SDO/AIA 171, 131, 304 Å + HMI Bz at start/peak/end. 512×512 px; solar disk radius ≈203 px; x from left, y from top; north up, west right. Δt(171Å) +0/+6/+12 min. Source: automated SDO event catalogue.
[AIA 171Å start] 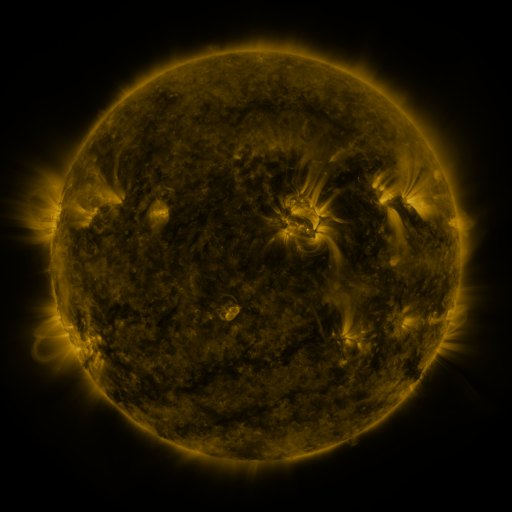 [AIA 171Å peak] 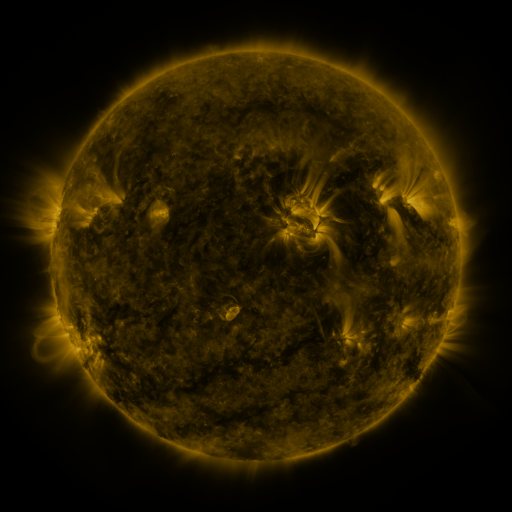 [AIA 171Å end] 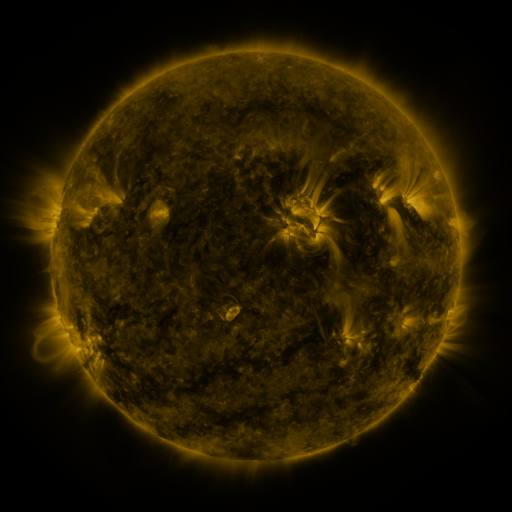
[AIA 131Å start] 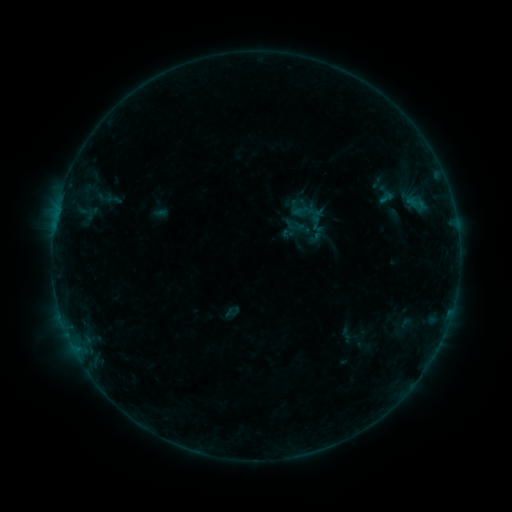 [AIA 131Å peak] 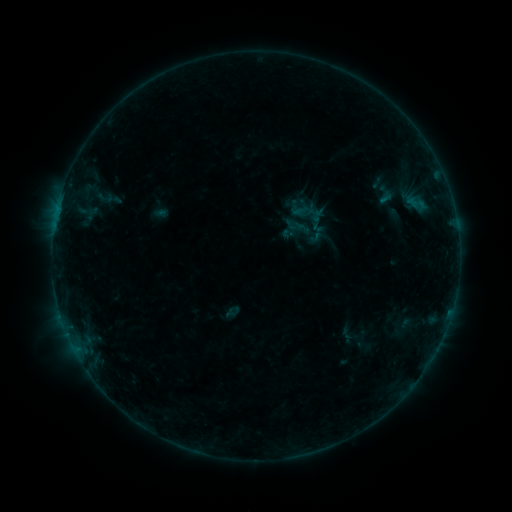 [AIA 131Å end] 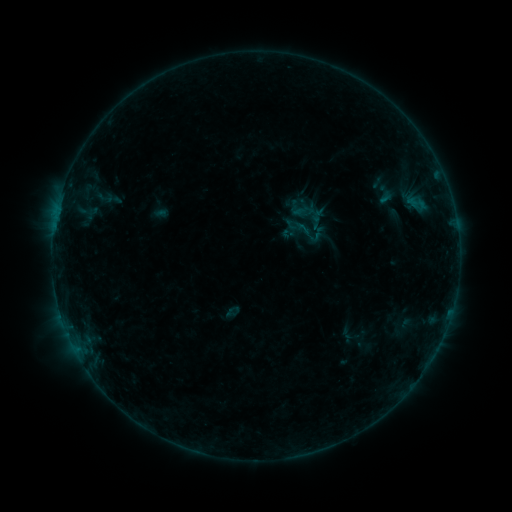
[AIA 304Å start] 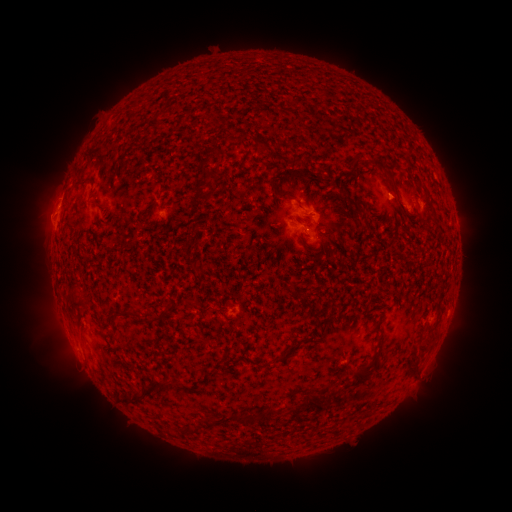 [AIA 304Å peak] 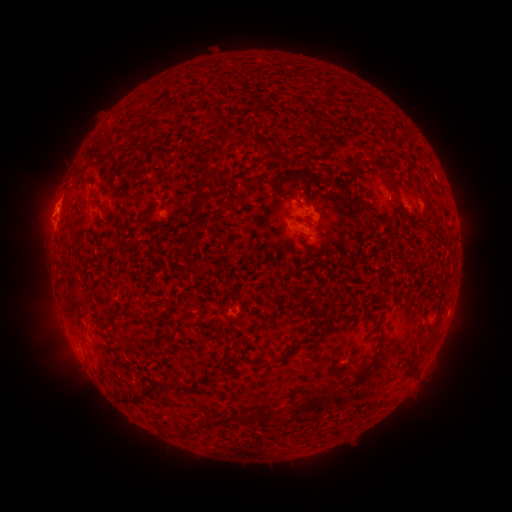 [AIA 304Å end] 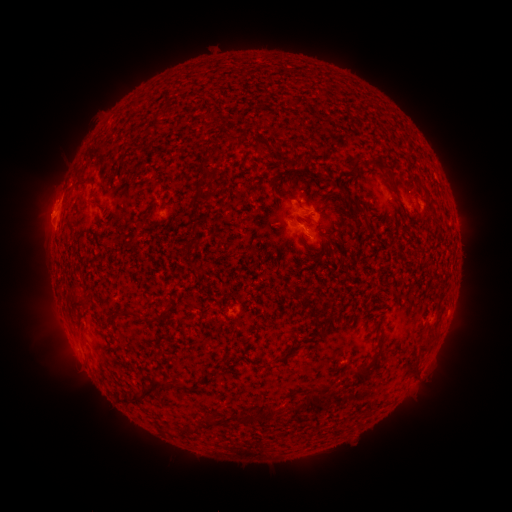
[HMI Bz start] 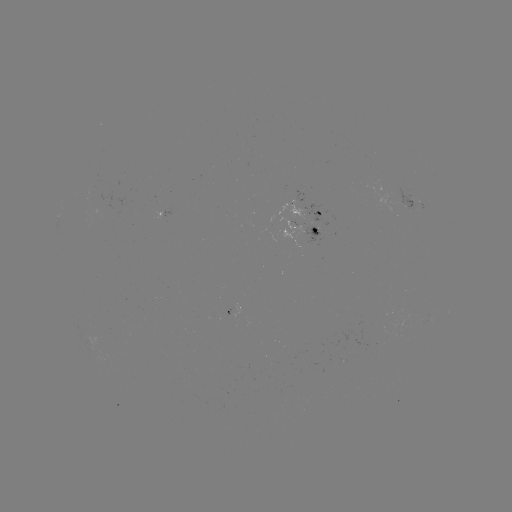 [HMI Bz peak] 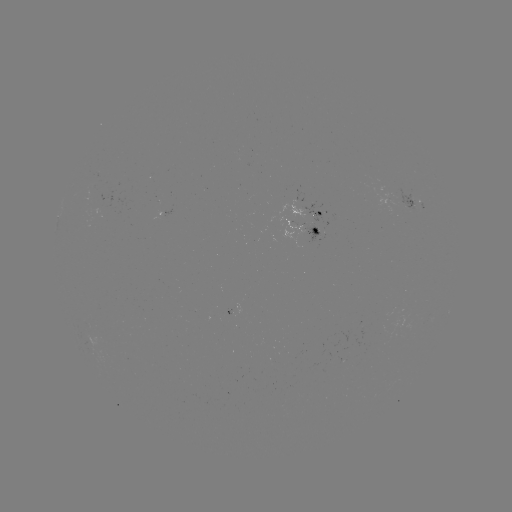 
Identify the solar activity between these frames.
eruption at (47, 213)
